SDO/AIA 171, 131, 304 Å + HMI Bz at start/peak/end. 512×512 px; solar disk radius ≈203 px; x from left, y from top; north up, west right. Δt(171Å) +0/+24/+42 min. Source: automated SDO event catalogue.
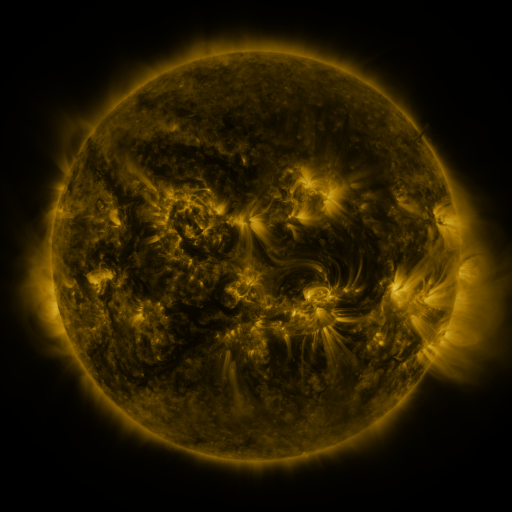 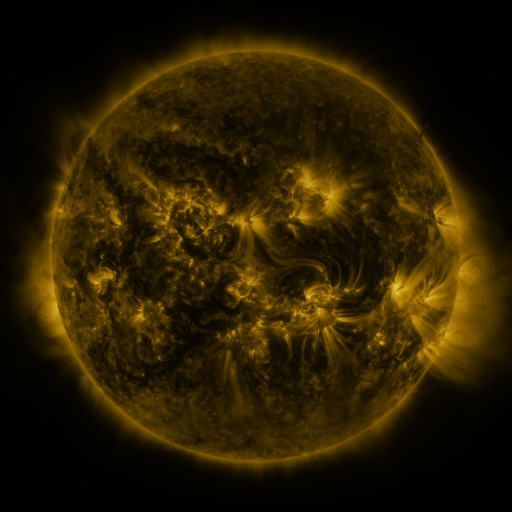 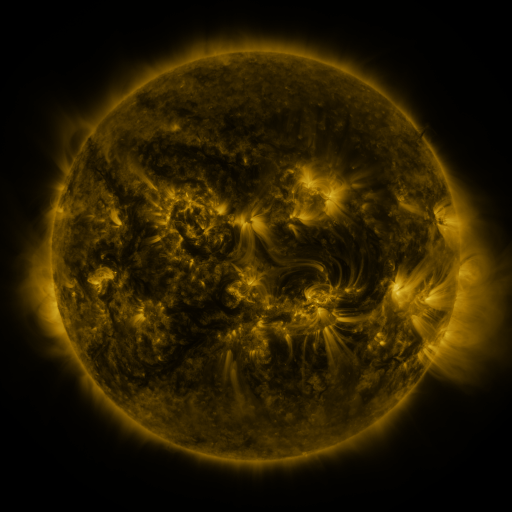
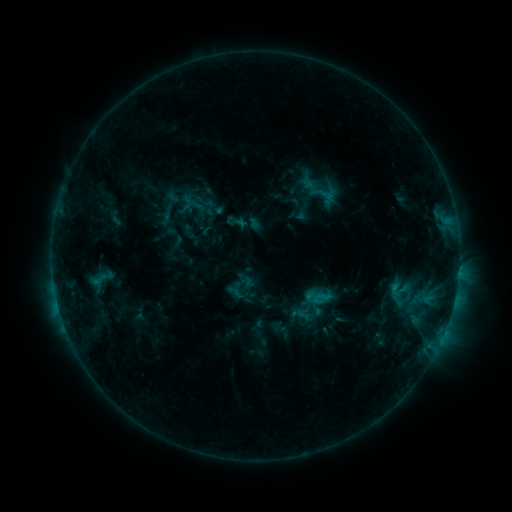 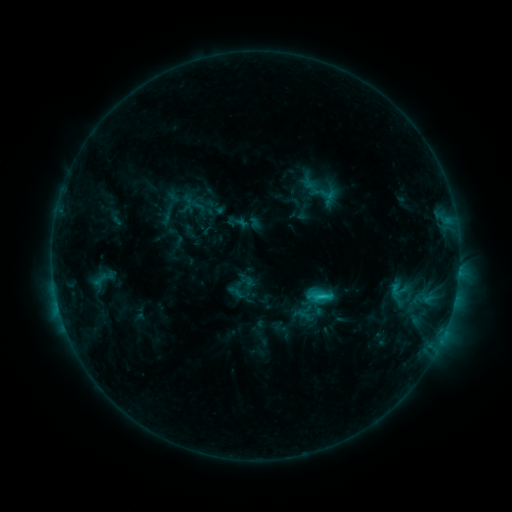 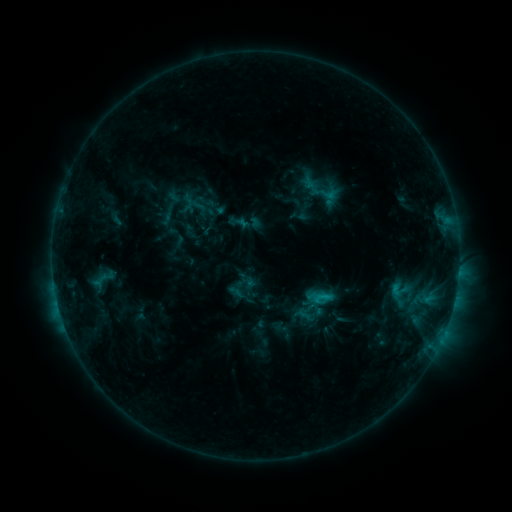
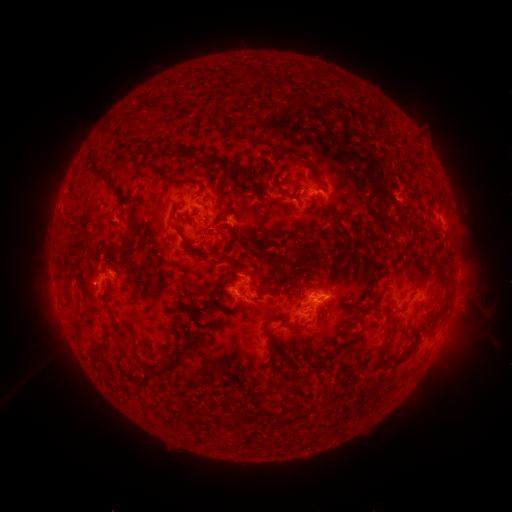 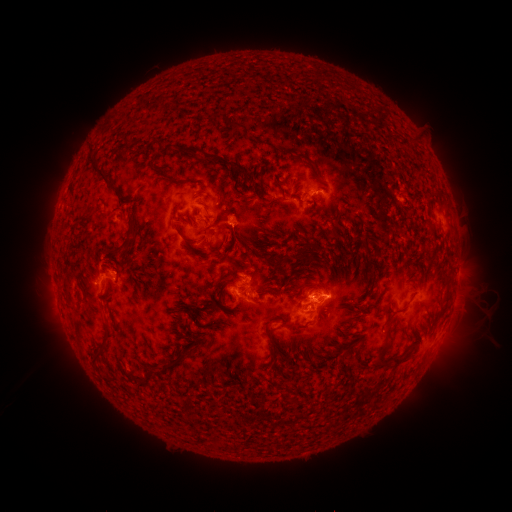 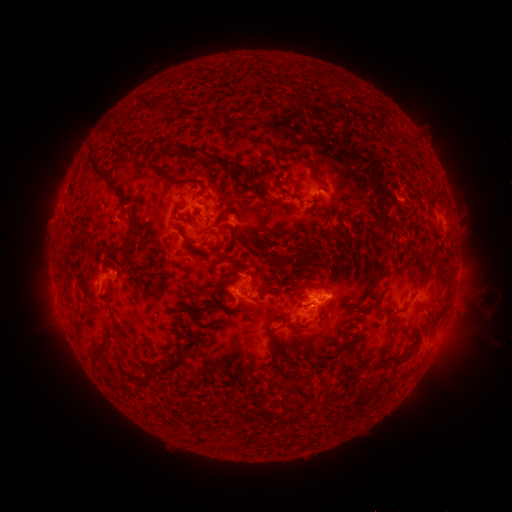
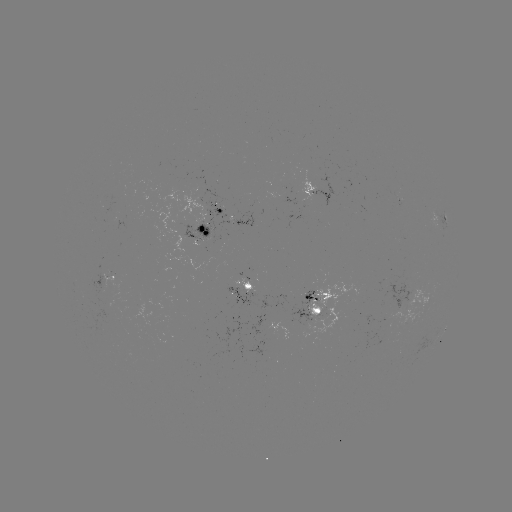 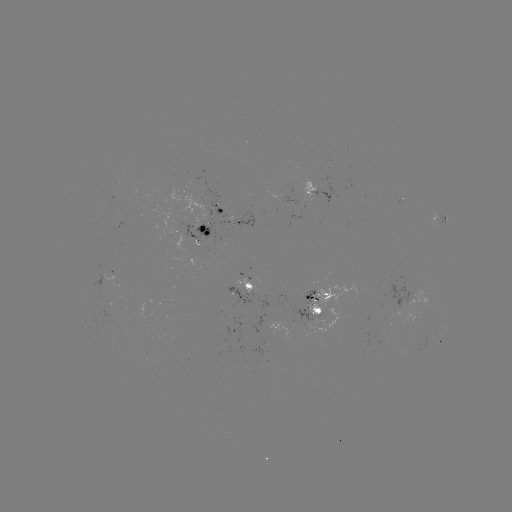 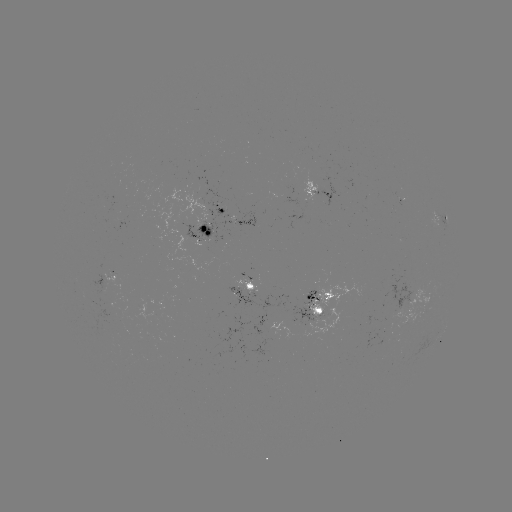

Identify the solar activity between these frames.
C1.6 flare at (320, 295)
